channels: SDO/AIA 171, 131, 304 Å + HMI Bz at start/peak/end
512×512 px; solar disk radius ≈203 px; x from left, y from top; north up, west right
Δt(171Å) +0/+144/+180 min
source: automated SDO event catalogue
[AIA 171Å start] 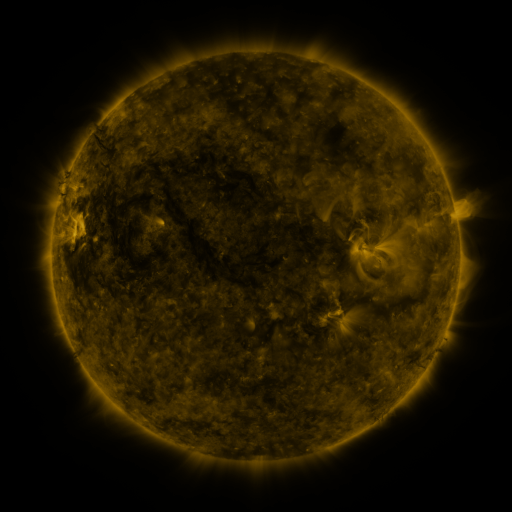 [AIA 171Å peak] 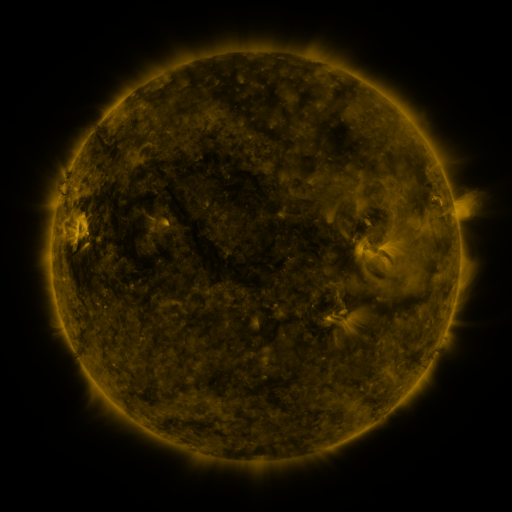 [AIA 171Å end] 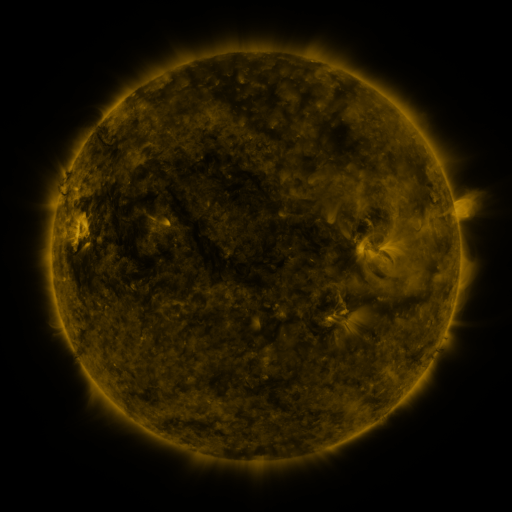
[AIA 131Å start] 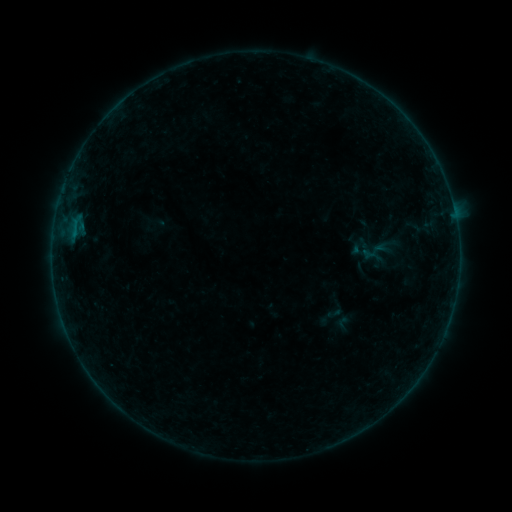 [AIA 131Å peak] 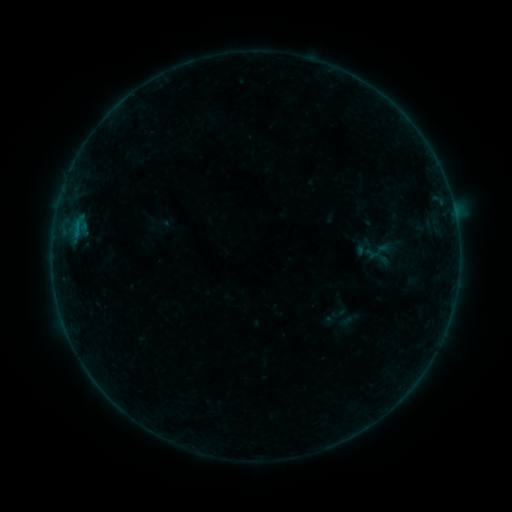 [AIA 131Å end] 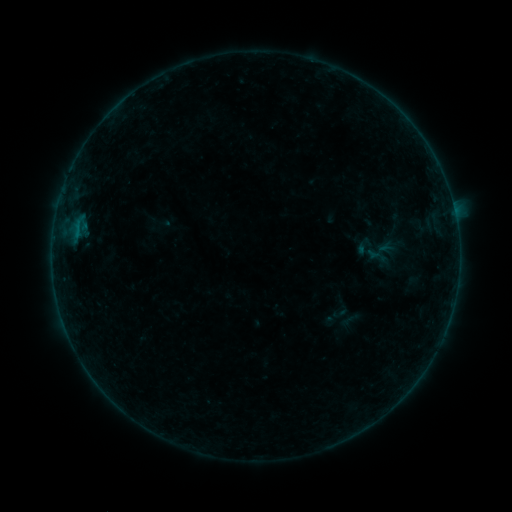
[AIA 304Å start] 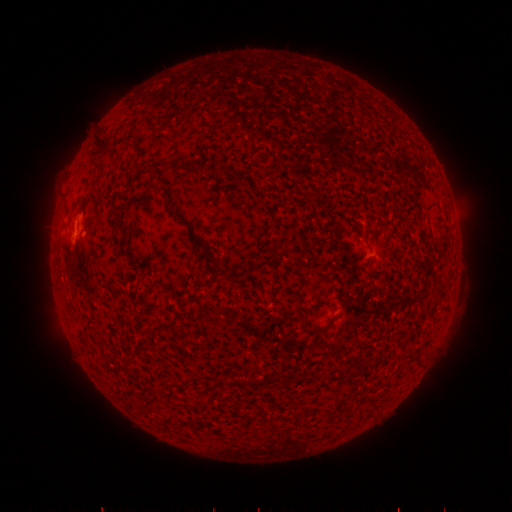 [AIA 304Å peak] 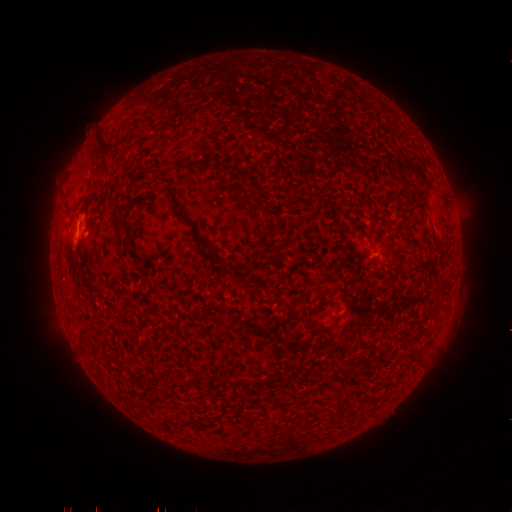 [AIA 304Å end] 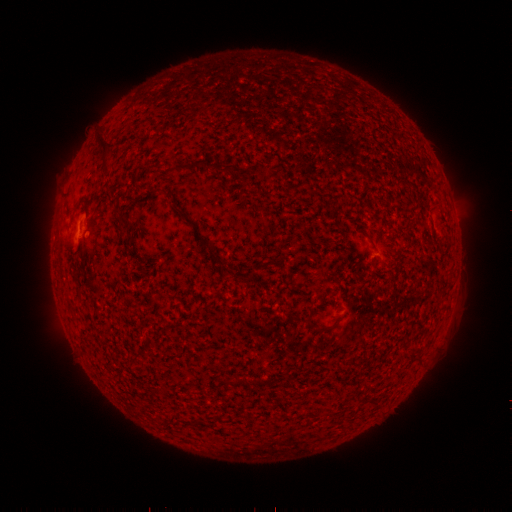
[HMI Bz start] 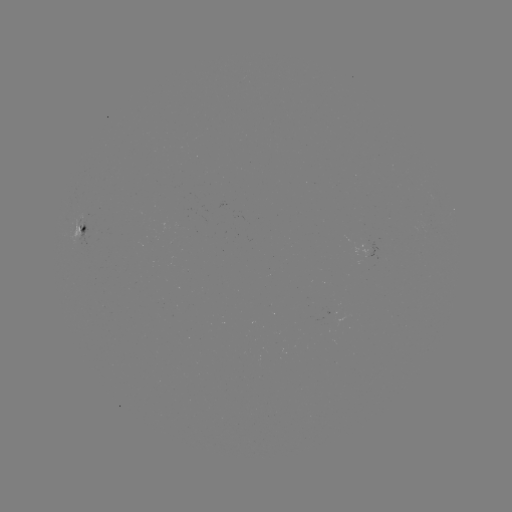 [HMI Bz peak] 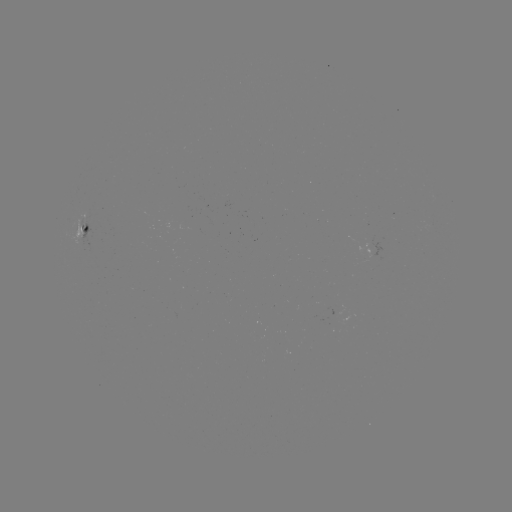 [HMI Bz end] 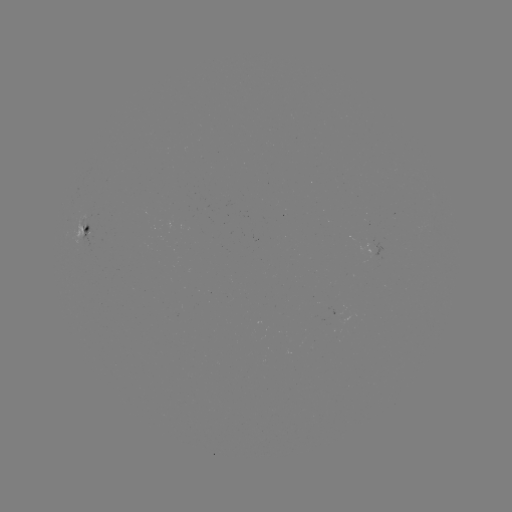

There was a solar emerging-flux region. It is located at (86, 232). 